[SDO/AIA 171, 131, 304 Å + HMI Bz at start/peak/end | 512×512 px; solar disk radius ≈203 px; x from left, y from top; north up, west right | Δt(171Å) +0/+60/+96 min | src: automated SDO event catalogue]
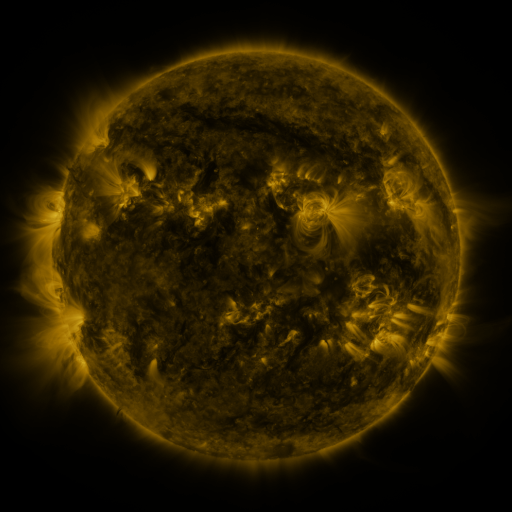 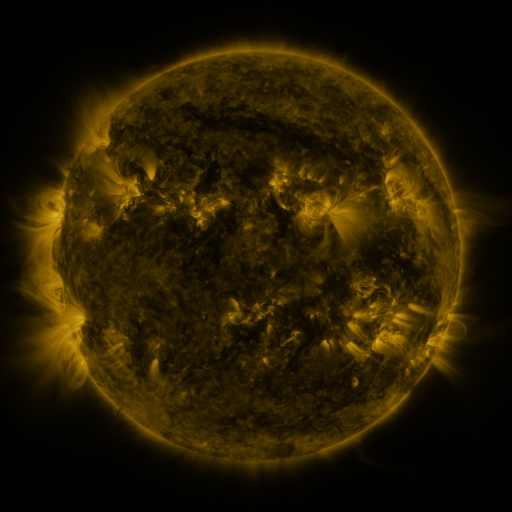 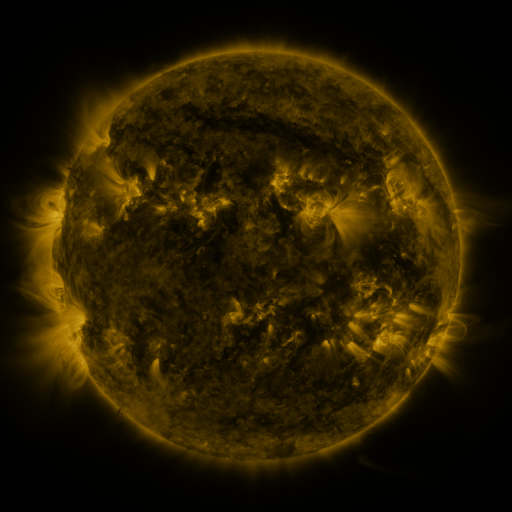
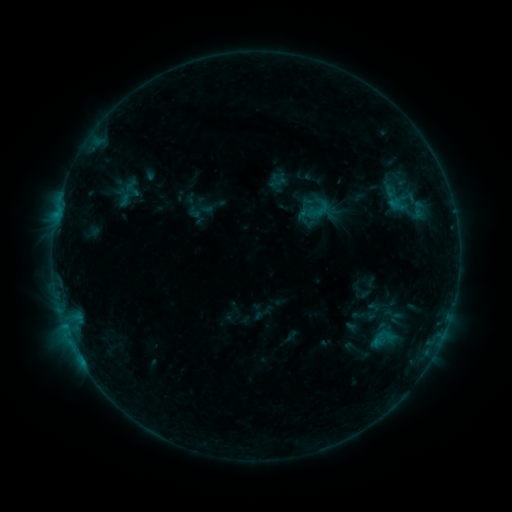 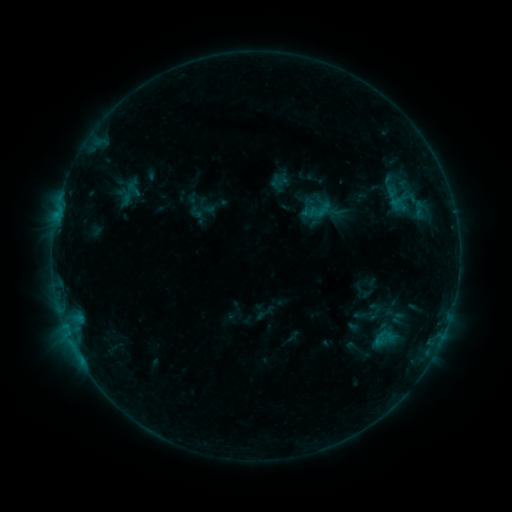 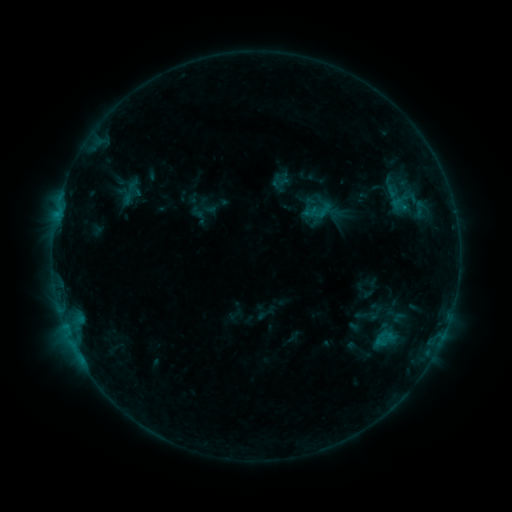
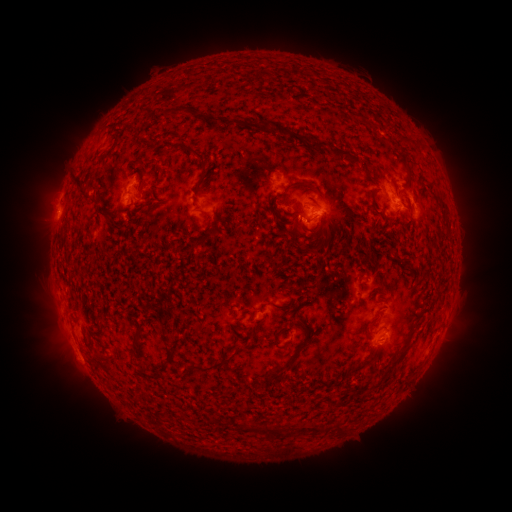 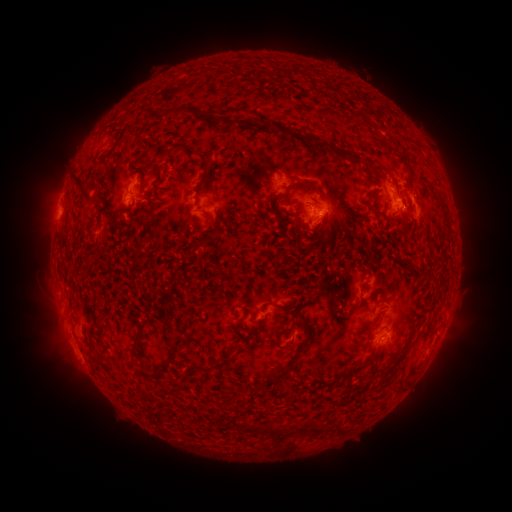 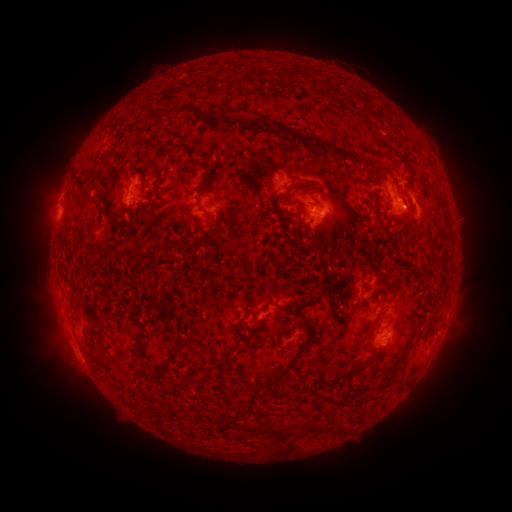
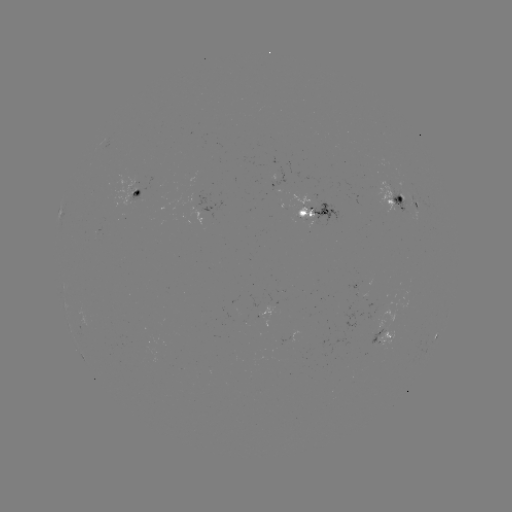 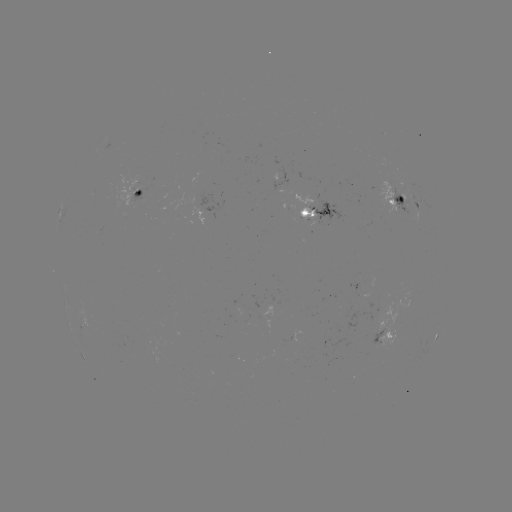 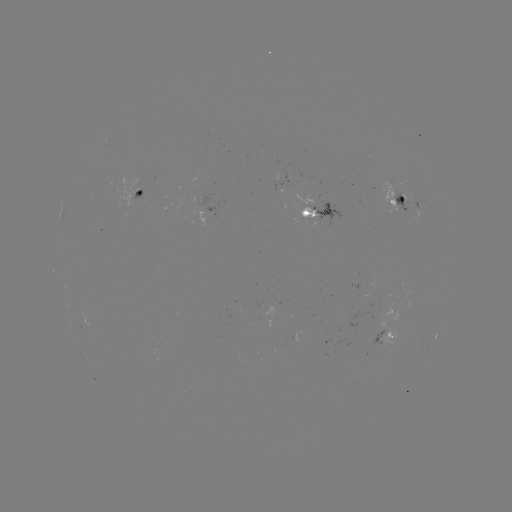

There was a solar emerging-flux region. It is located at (268, 320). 